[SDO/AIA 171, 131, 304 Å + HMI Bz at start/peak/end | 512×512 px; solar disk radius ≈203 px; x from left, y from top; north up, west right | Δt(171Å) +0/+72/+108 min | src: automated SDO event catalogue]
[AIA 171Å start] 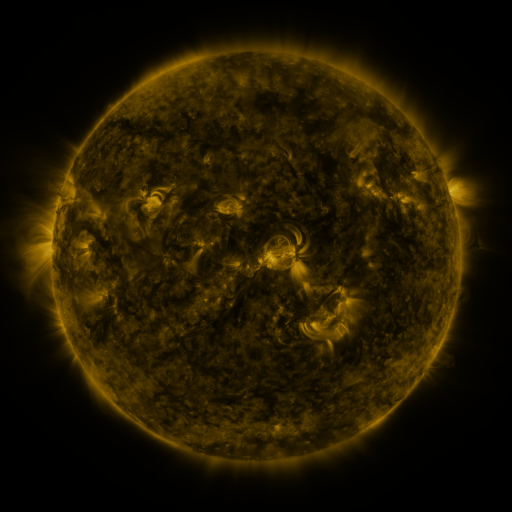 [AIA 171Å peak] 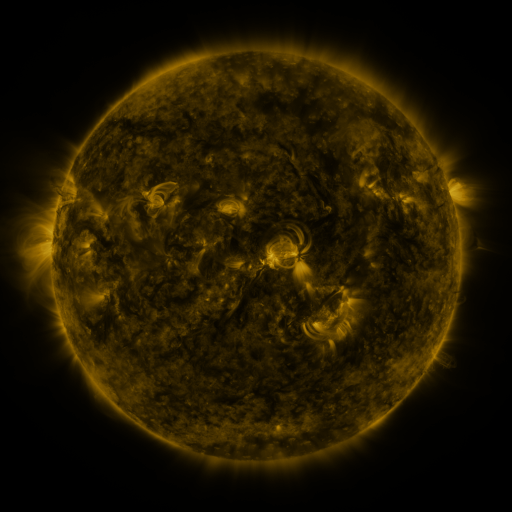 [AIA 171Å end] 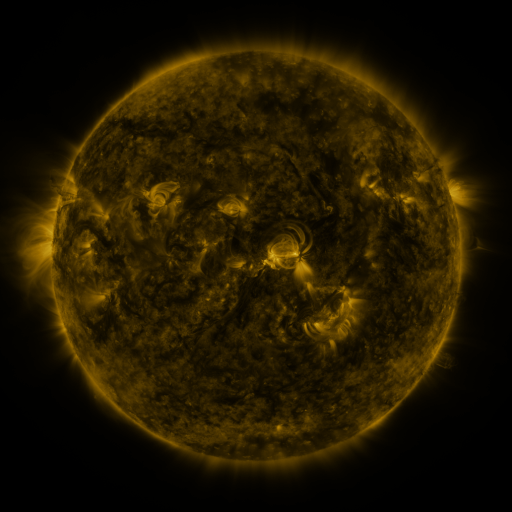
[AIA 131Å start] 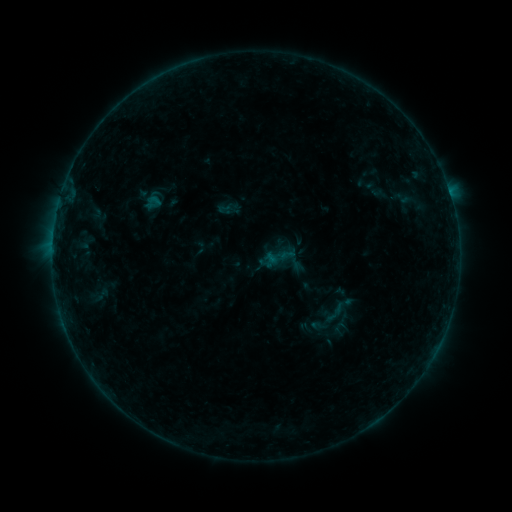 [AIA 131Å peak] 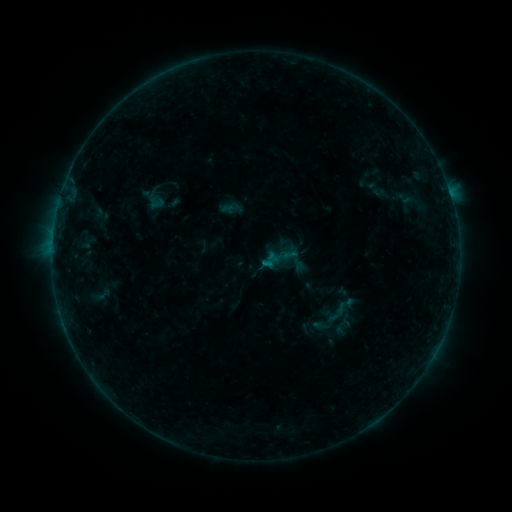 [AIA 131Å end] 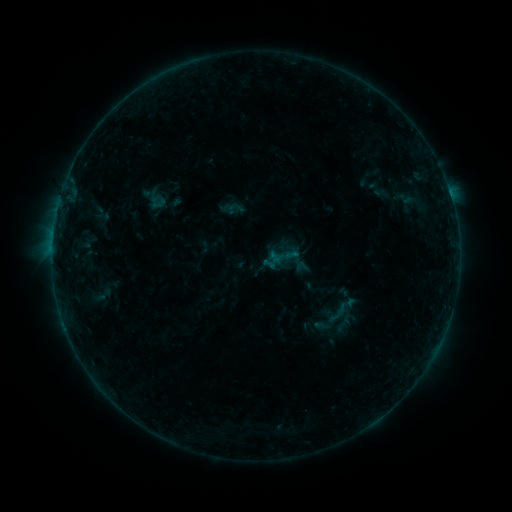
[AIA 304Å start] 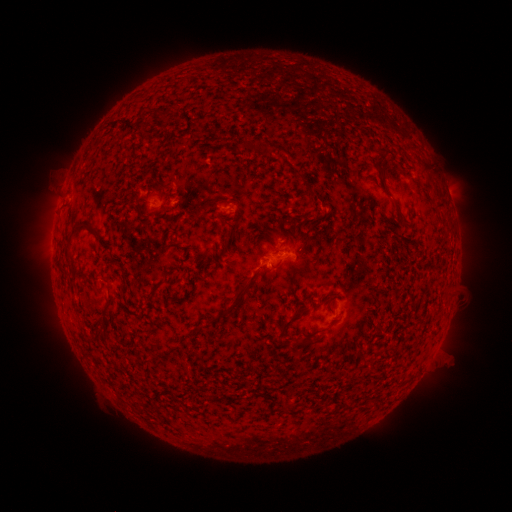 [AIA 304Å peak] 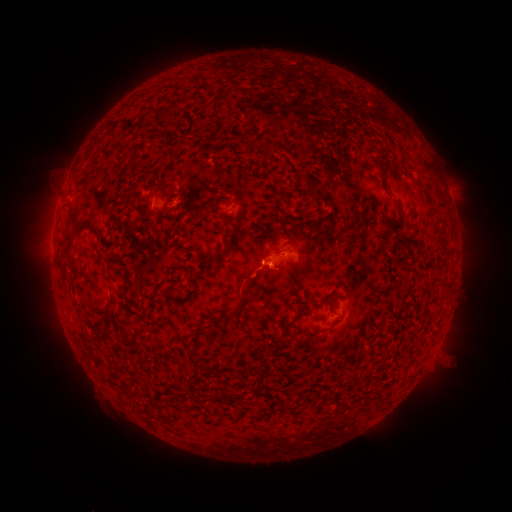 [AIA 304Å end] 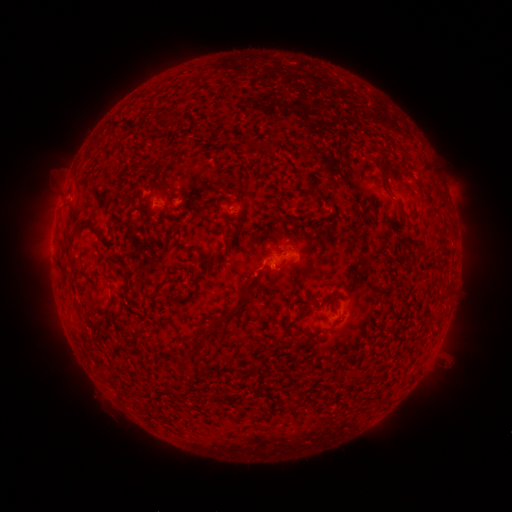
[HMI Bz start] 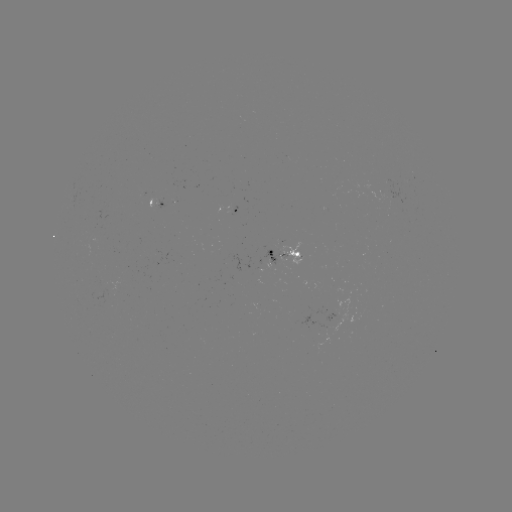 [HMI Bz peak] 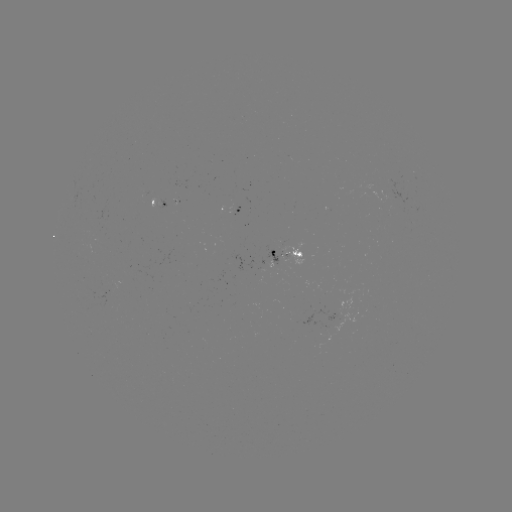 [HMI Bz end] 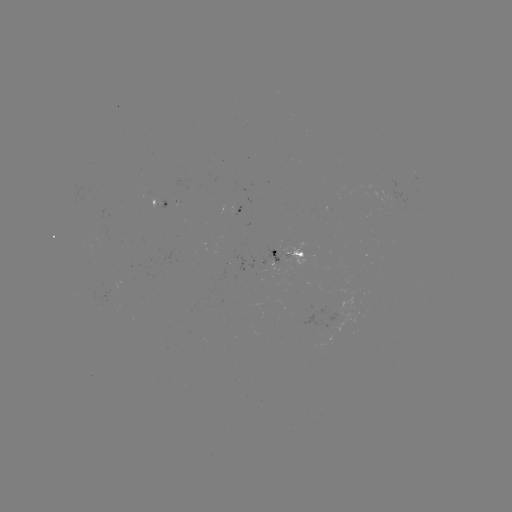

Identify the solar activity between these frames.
emerging-flux region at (154, 204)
